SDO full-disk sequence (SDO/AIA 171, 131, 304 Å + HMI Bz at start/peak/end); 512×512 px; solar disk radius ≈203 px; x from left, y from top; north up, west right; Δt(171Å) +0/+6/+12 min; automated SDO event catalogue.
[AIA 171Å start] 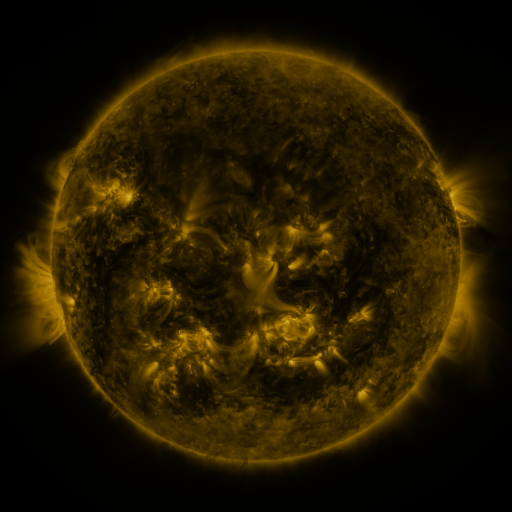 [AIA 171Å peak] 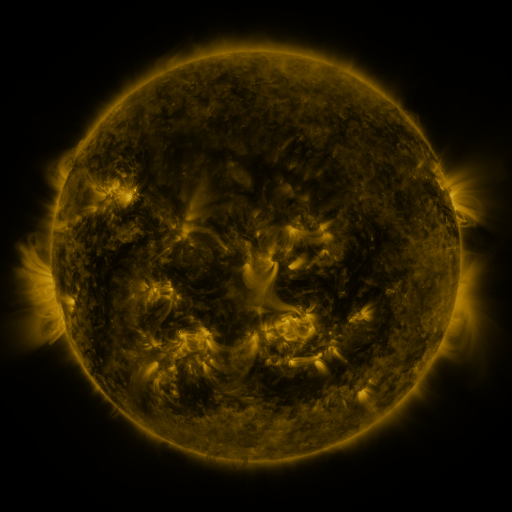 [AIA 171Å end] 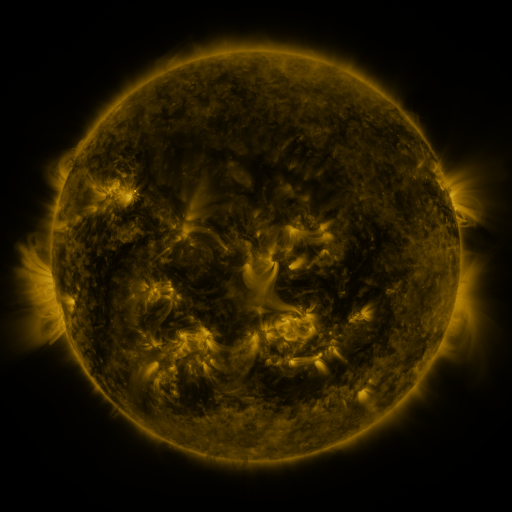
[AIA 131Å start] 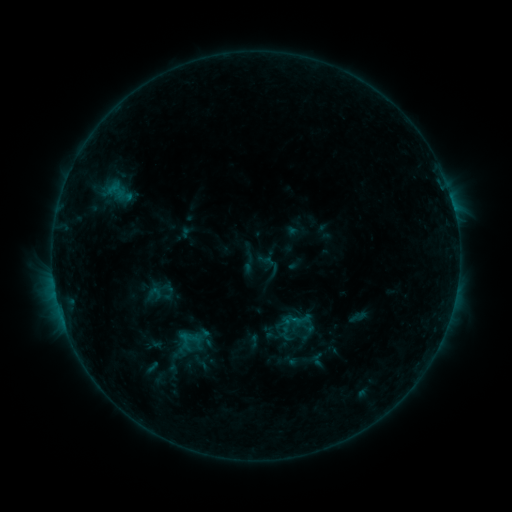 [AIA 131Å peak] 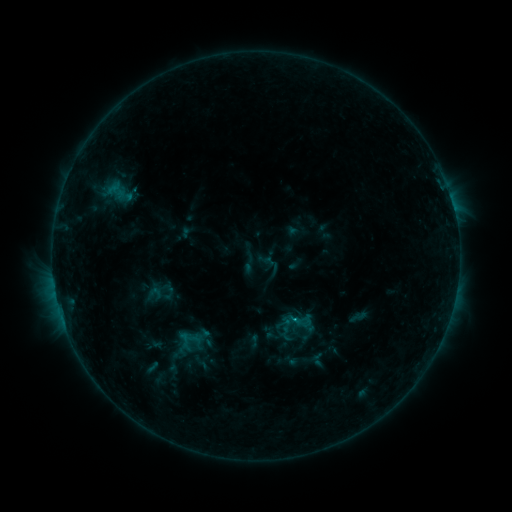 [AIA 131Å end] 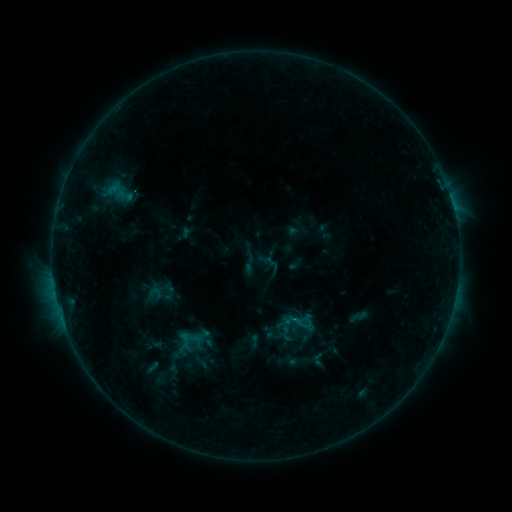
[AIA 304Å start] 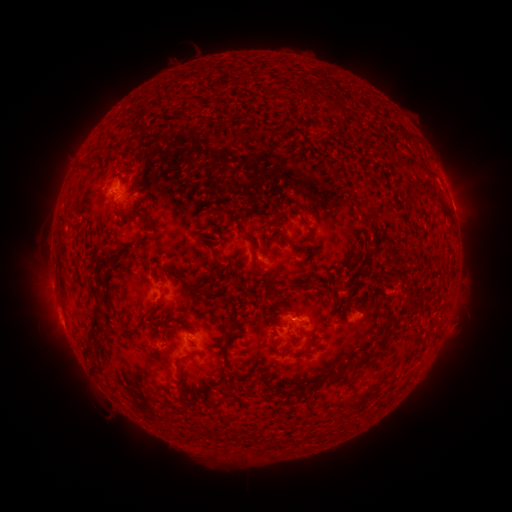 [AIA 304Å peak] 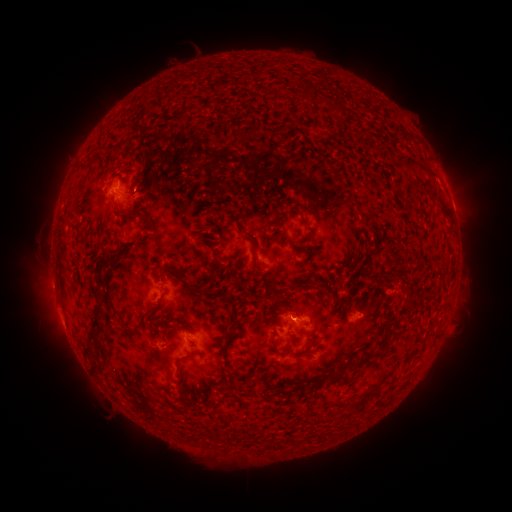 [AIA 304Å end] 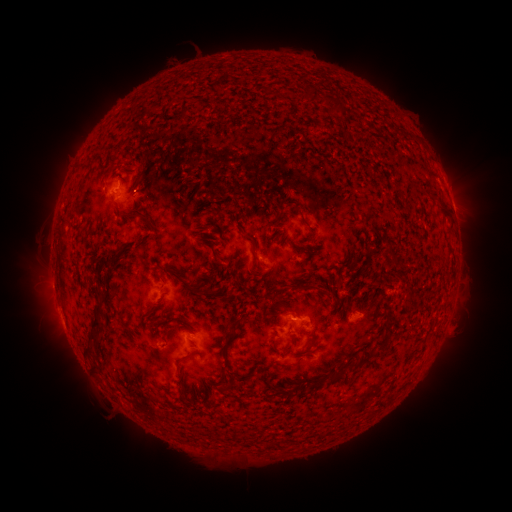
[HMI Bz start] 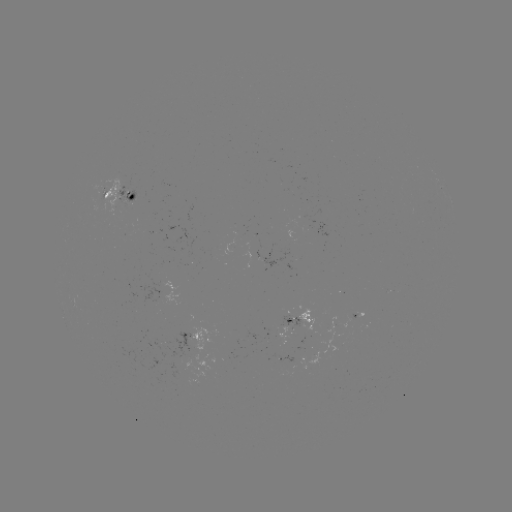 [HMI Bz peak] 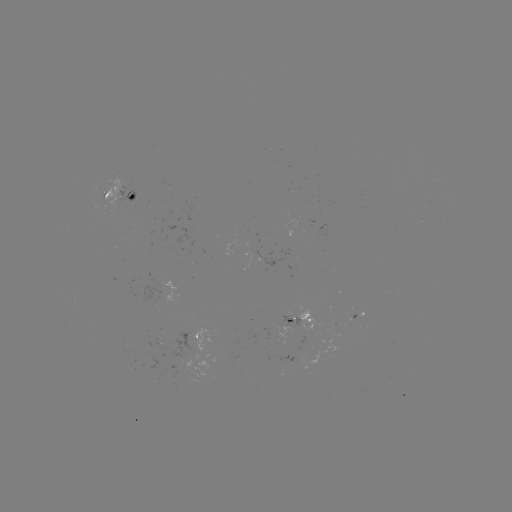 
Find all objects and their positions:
B5.8 flare: (293, 317)
